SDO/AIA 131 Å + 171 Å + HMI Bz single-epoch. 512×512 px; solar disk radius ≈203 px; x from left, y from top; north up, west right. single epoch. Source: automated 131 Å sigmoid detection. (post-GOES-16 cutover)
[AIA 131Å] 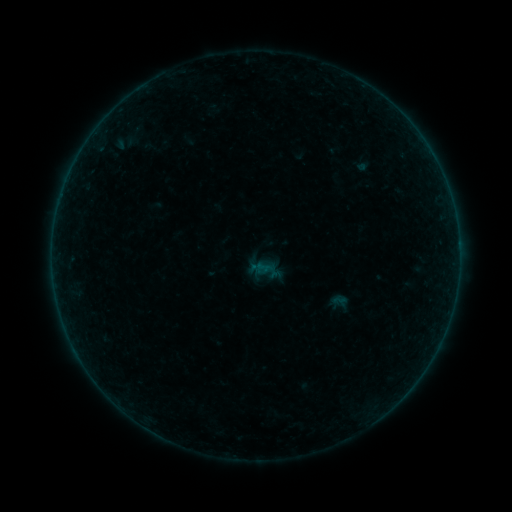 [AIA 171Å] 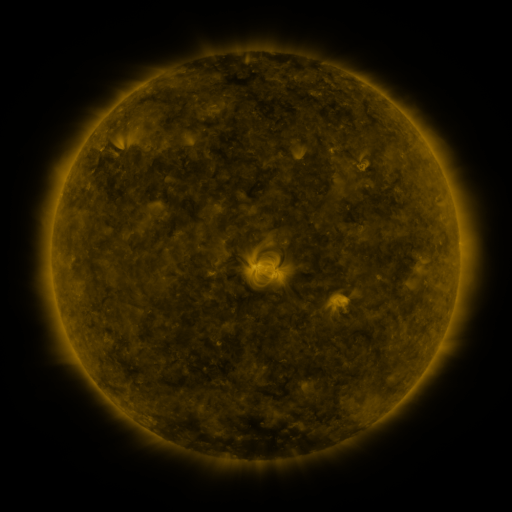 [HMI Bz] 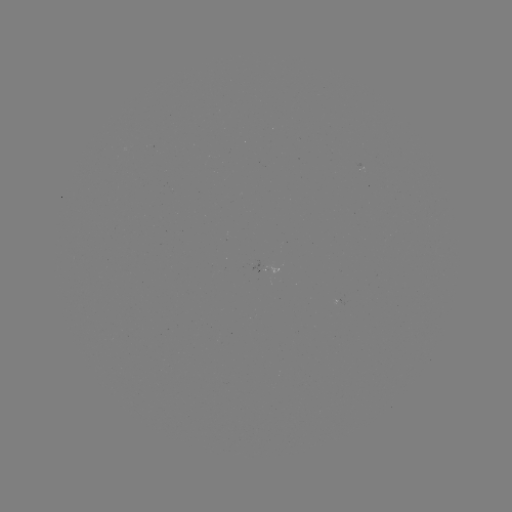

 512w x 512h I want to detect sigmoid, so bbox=[331, 293, 348, 310].